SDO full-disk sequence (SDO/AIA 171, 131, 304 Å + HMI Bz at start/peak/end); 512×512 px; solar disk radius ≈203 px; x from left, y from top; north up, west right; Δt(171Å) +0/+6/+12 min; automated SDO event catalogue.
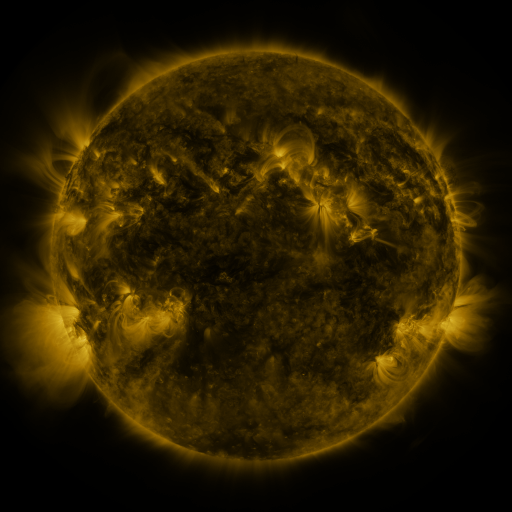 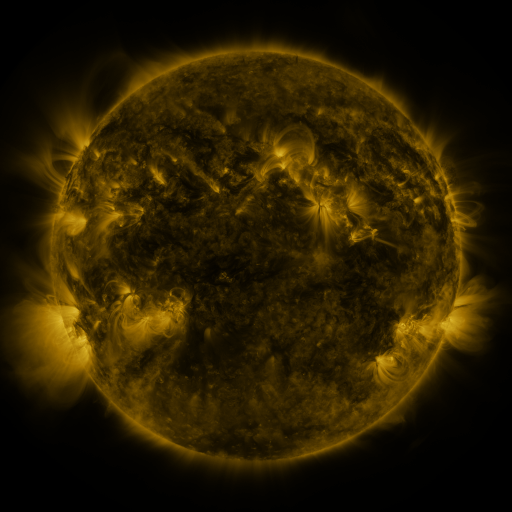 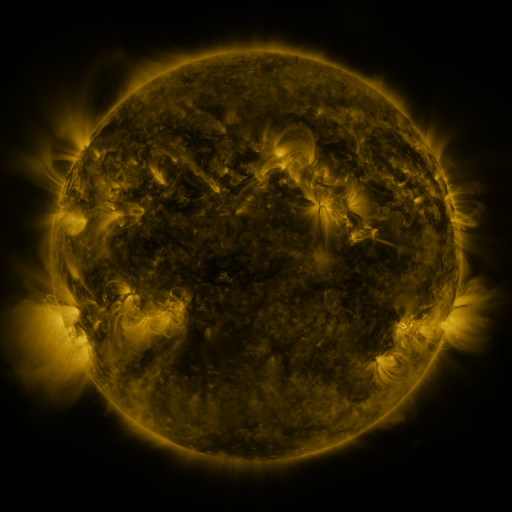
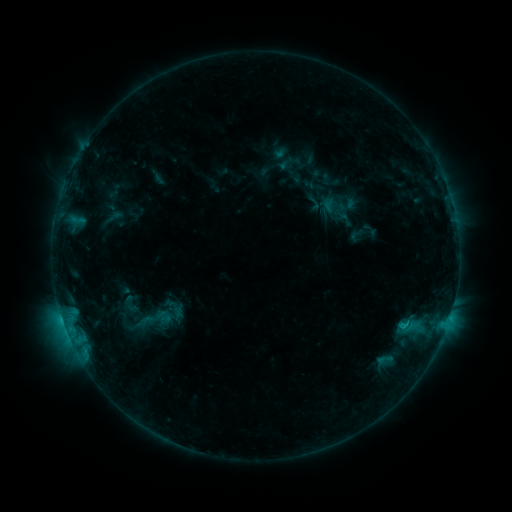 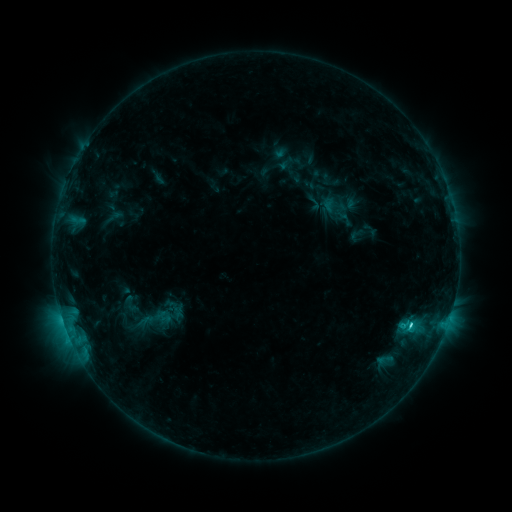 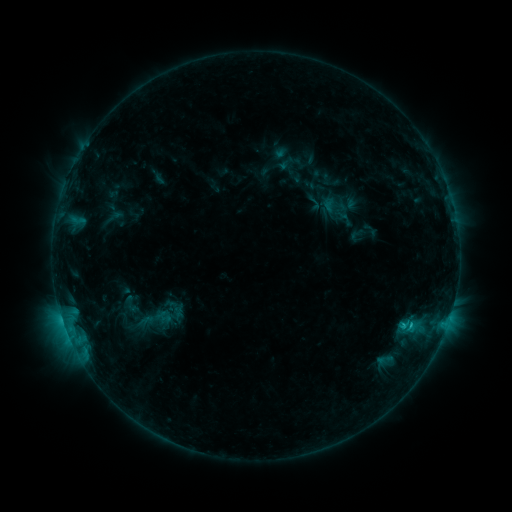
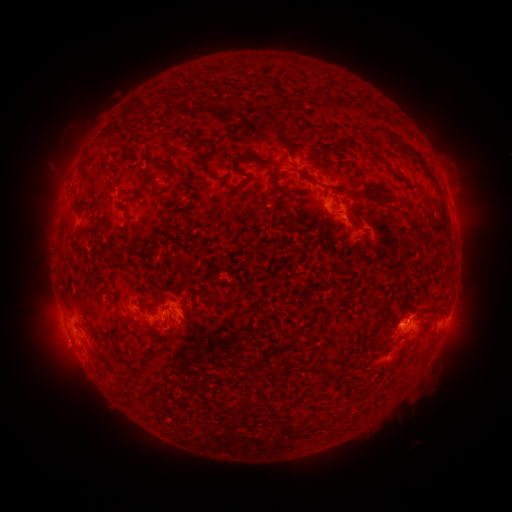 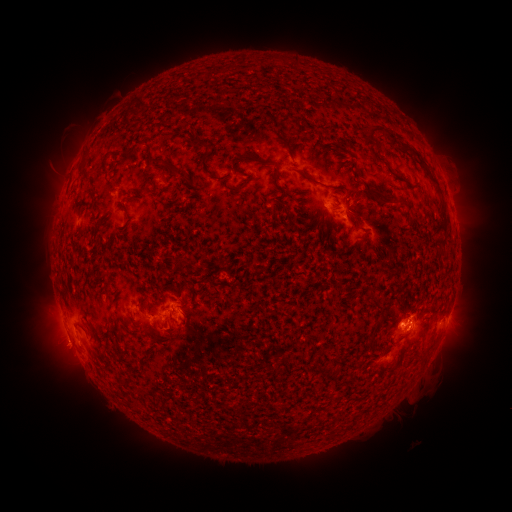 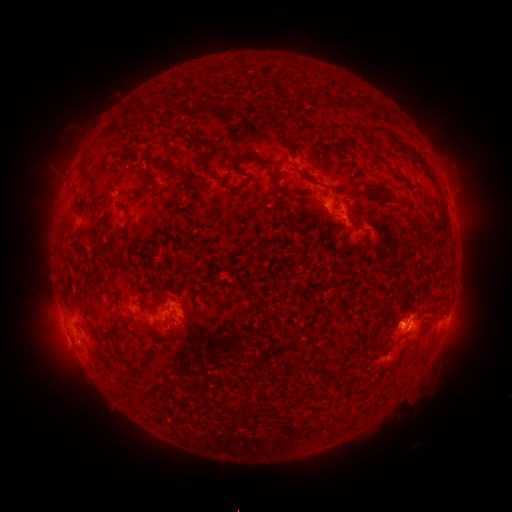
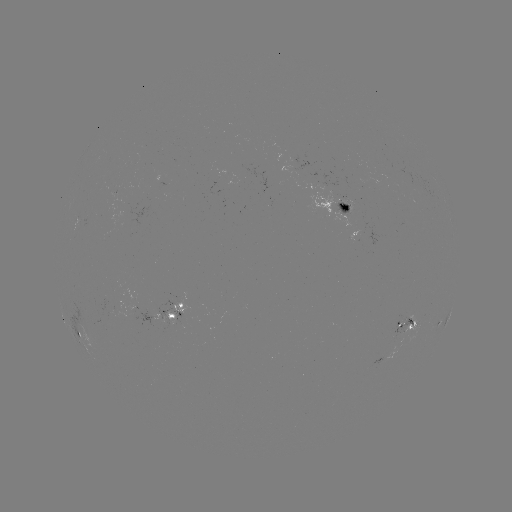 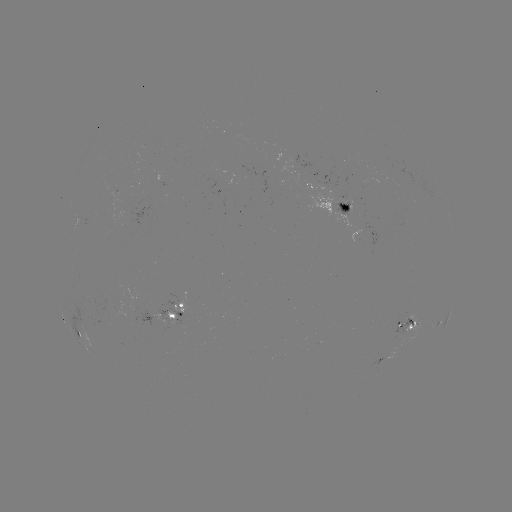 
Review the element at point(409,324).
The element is C1.5 flare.